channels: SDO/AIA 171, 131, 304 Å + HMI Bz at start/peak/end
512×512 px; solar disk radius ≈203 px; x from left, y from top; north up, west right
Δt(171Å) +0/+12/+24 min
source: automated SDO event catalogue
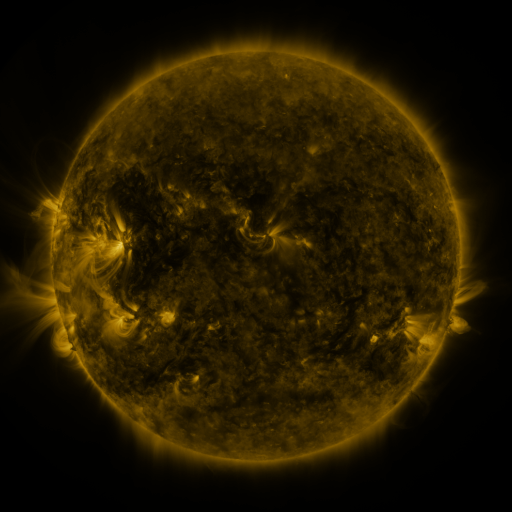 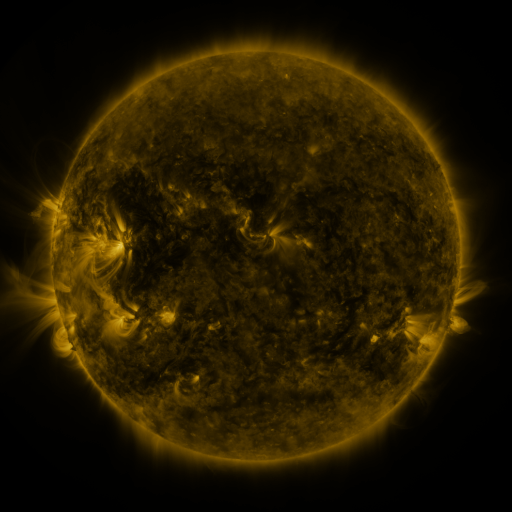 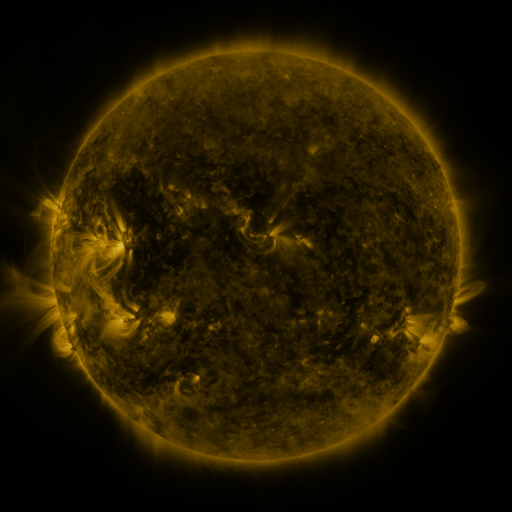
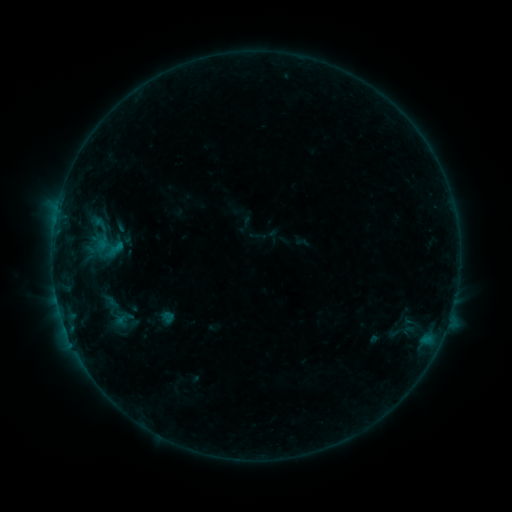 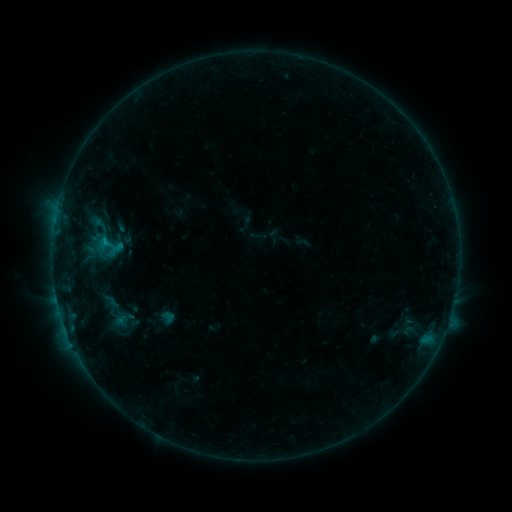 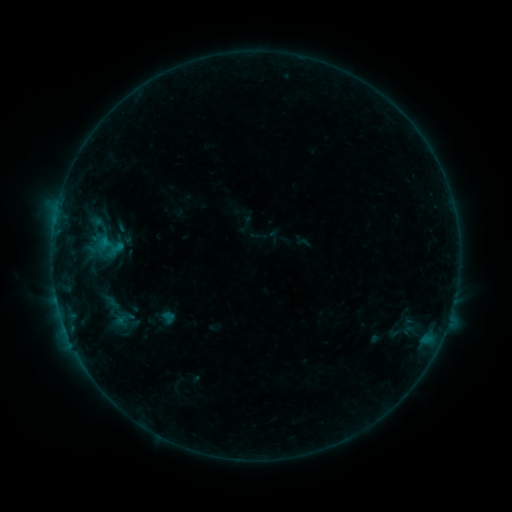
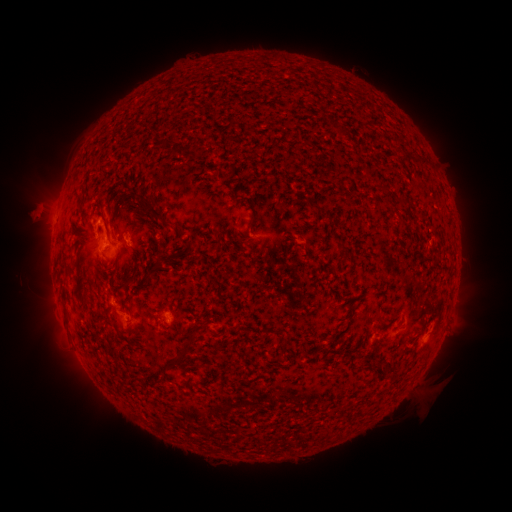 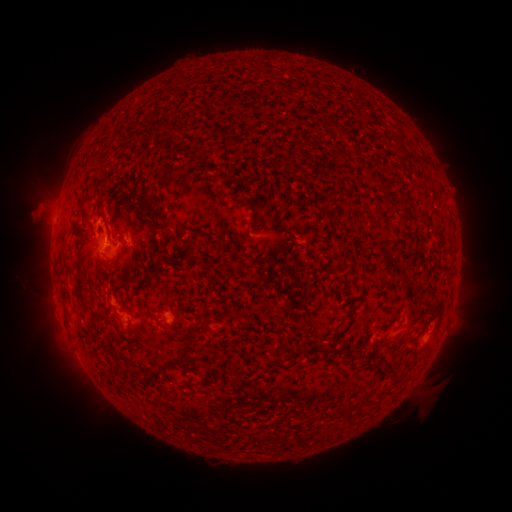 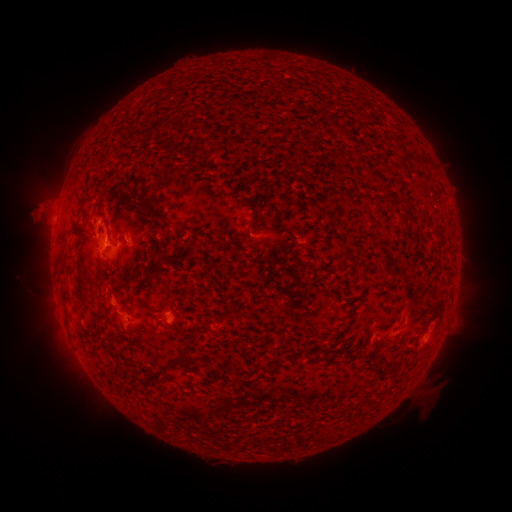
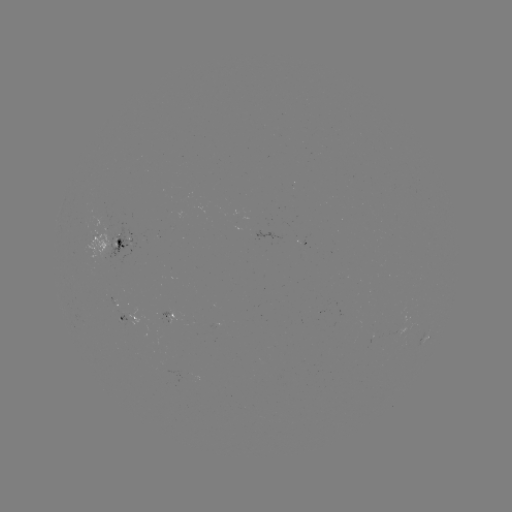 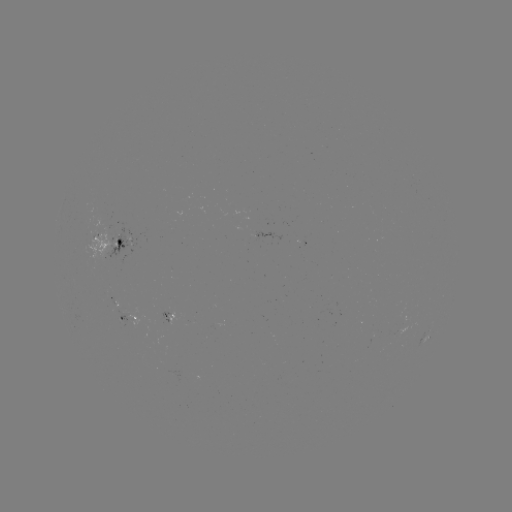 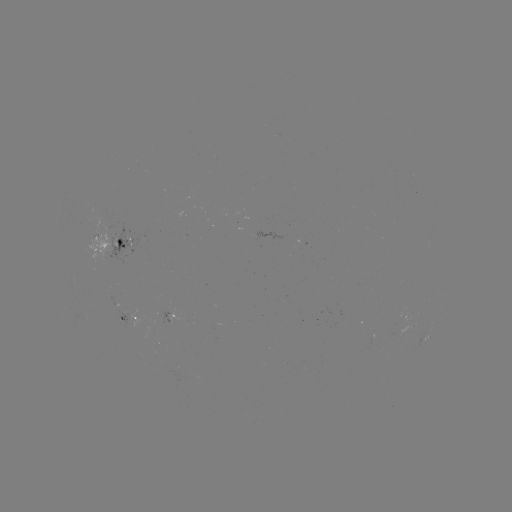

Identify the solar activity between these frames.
B6.0 flare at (105, 243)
